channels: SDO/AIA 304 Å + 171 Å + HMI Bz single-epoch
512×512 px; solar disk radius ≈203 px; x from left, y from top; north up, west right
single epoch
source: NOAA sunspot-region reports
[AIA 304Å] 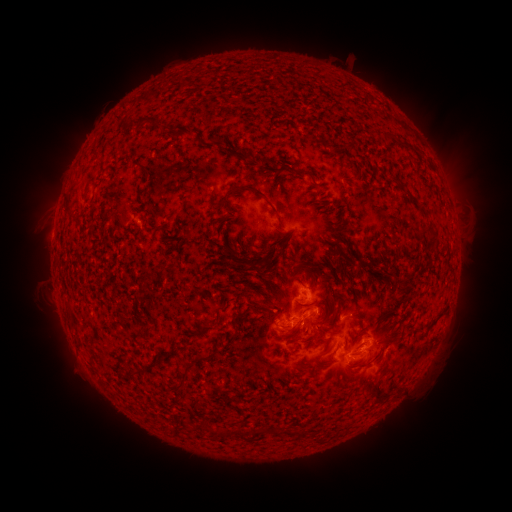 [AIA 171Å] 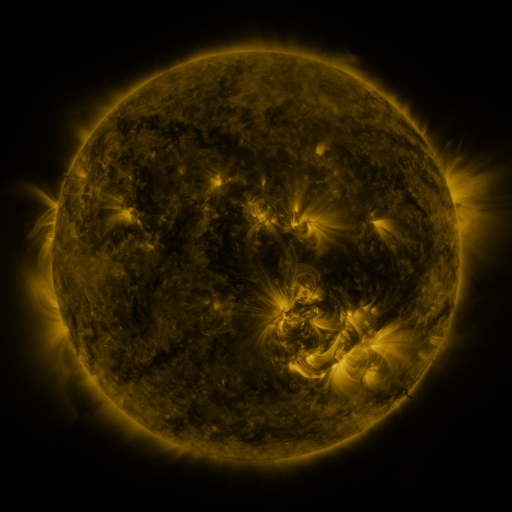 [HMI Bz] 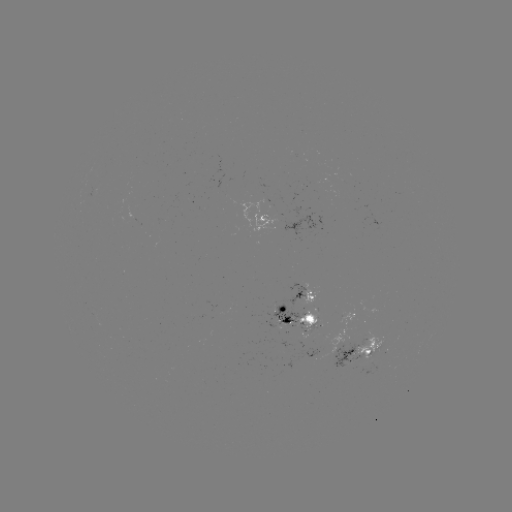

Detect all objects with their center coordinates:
spotted active region: (266, 221)
spotted active region: (308, 295)
spotted active region: (354, 312)
spotted active region: (296, 316)
spotted active region: (367, 345)
spotted active region: (348, 354)
